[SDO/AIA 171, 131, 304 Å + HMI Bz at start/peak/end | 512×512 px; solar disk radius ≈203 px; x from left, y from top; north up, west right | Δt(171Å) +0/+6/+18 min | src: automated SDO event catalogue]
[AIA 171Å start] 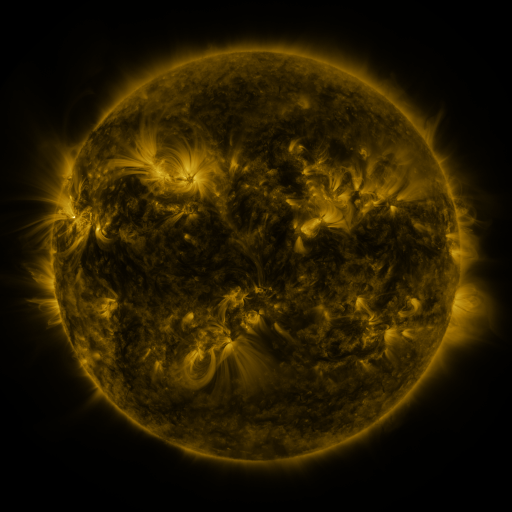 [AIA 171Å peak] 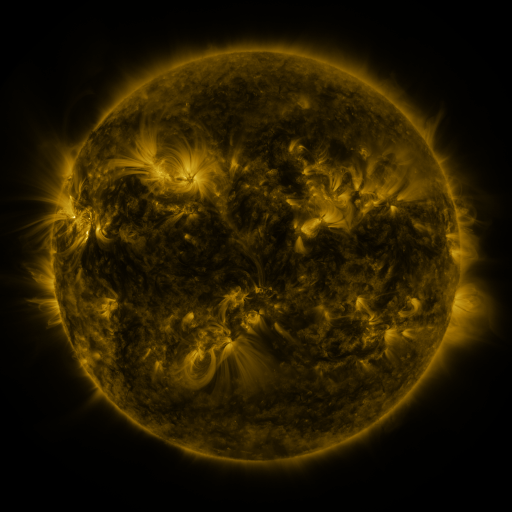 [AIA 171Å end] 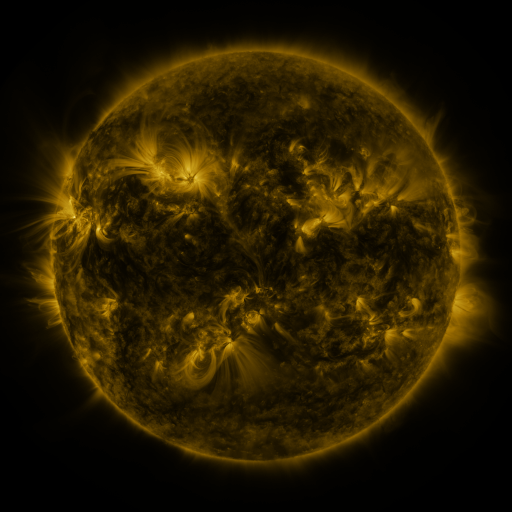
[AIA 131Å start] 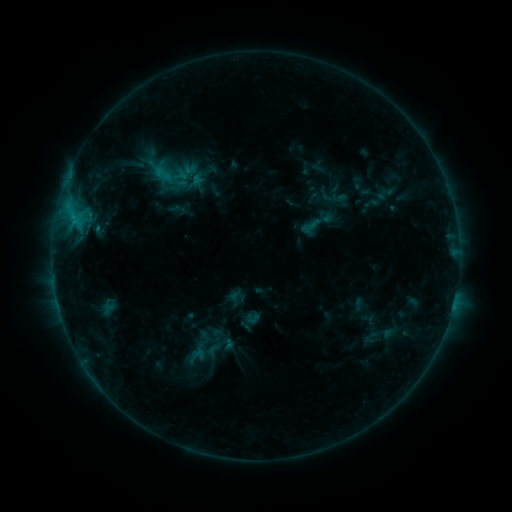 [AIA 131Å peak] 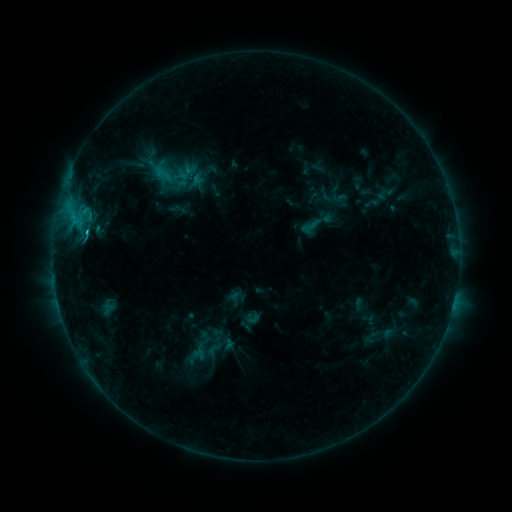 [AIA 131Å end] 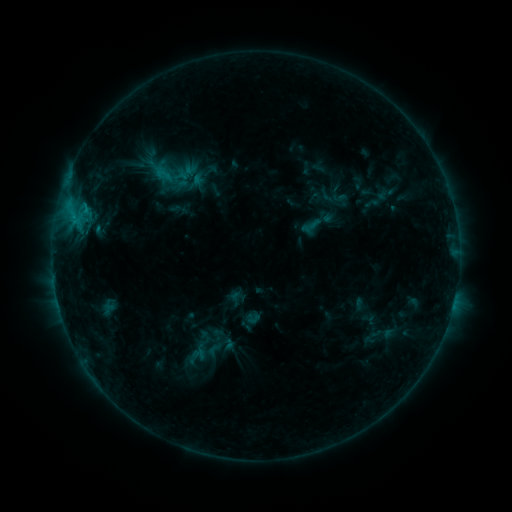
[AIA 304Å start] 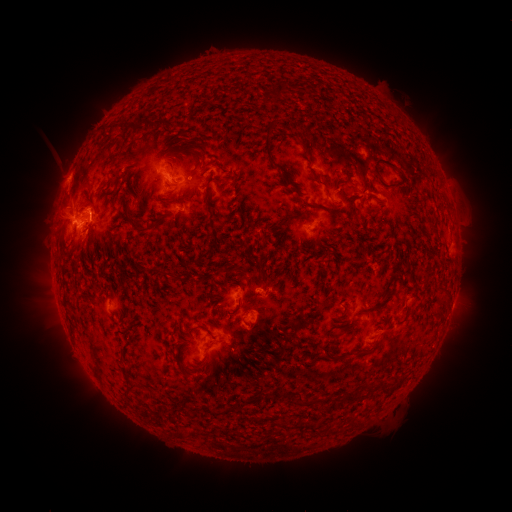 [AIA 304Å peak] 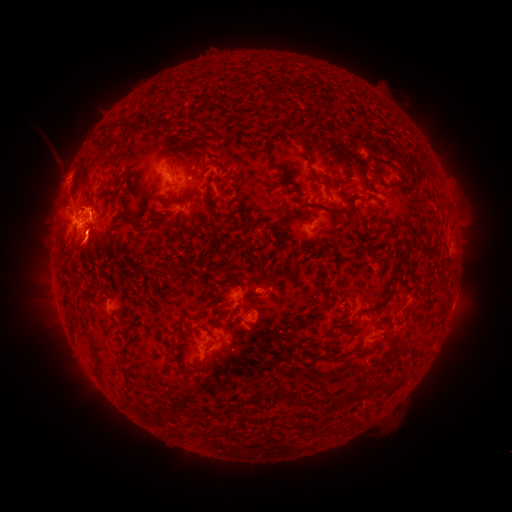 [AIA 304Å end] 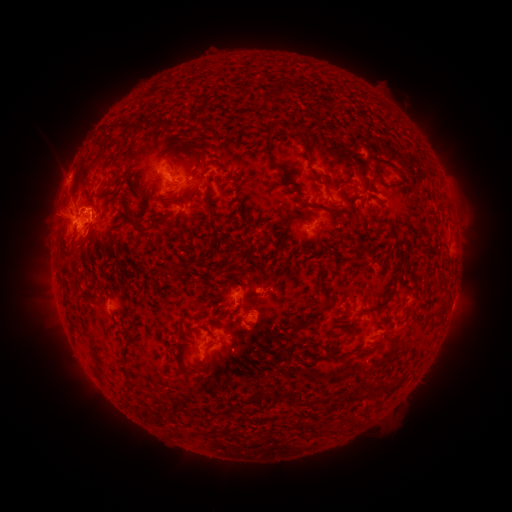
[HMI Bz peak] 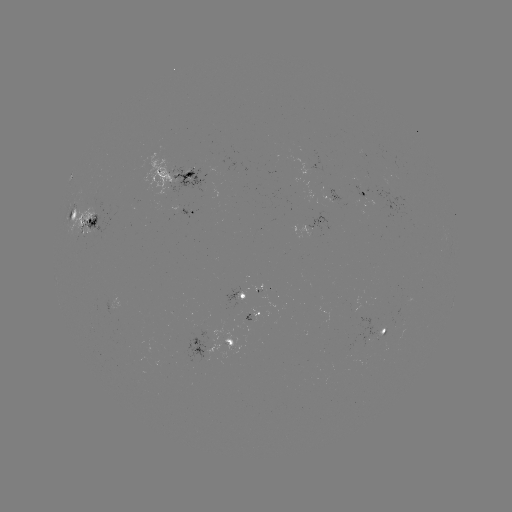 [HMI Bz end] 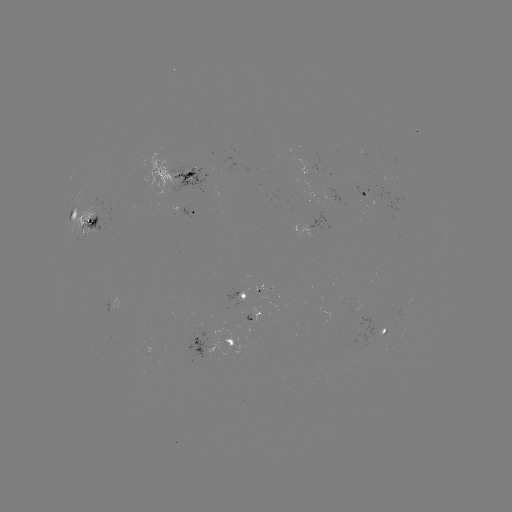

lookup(C1.7 flare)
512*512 (89, 233)